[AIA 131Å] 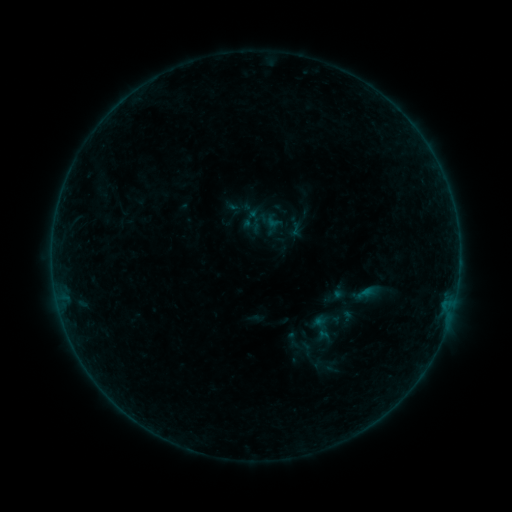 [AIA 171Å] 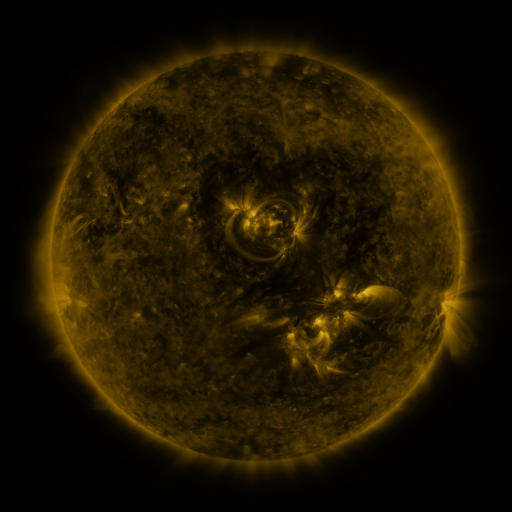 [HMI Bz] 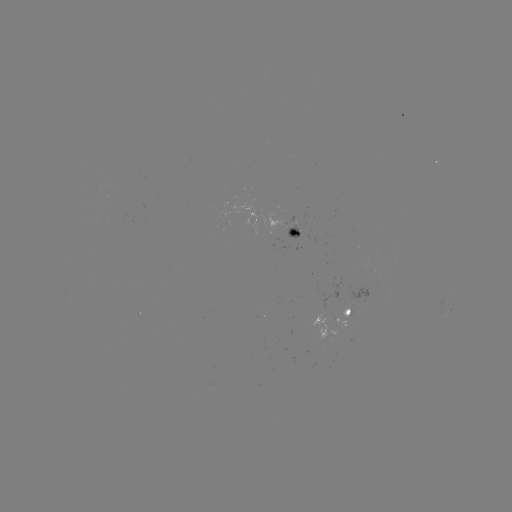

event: sigmoid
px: (296, 222)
